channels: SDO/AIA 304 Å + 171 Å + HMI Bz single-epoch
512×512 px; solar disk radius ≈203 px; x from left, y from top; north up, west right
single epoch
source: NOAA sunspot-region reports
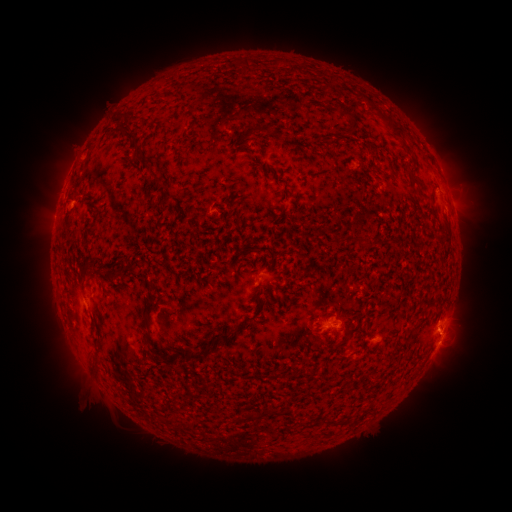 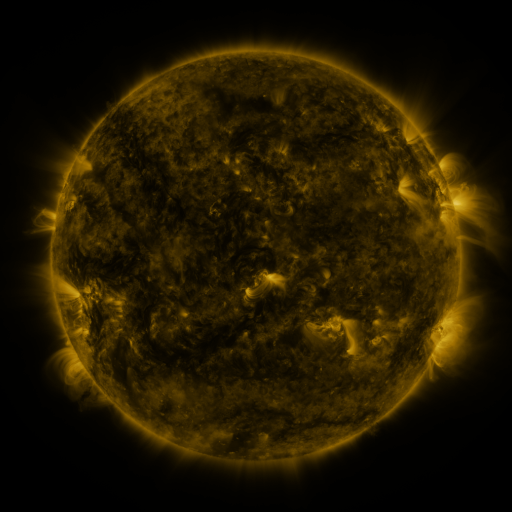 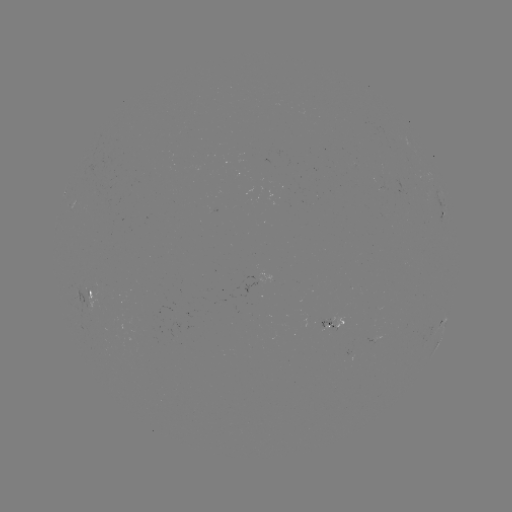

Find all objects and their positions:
spotted active region: (443, 215)
spotted active region: (92, 291)
spotted active region: (330, 324)
spotted active region: (439, 326)
spotted active region: (441, 338)
